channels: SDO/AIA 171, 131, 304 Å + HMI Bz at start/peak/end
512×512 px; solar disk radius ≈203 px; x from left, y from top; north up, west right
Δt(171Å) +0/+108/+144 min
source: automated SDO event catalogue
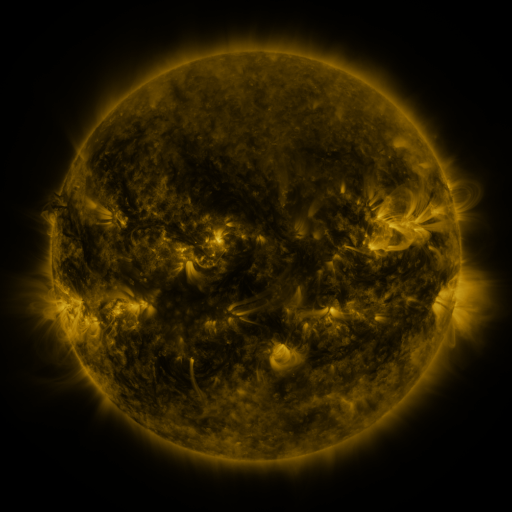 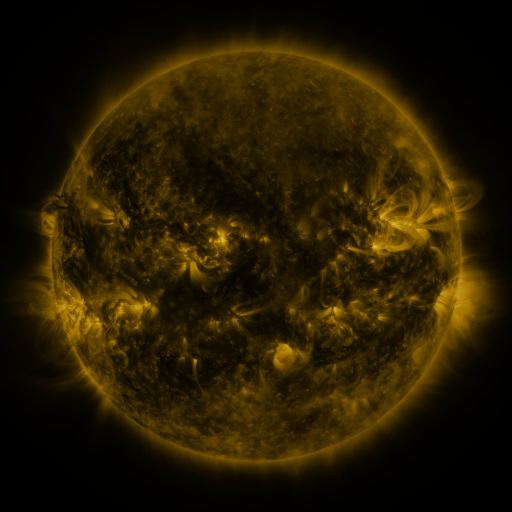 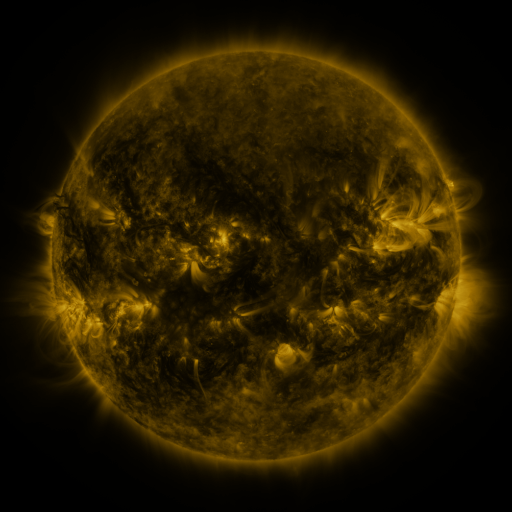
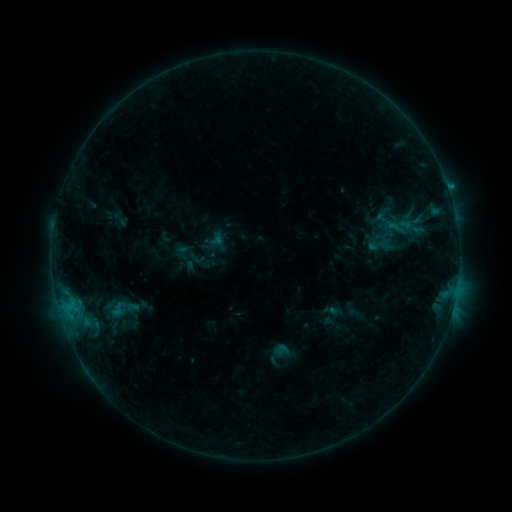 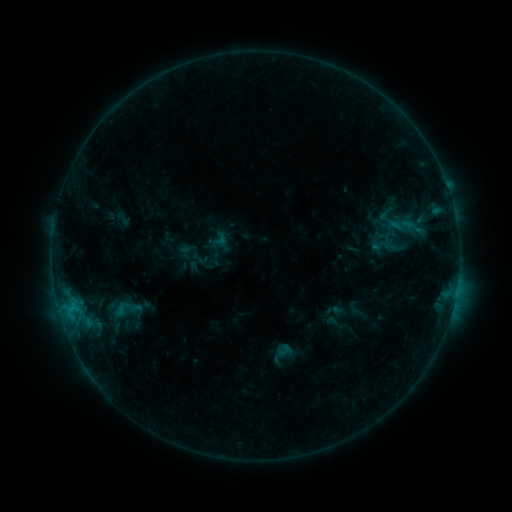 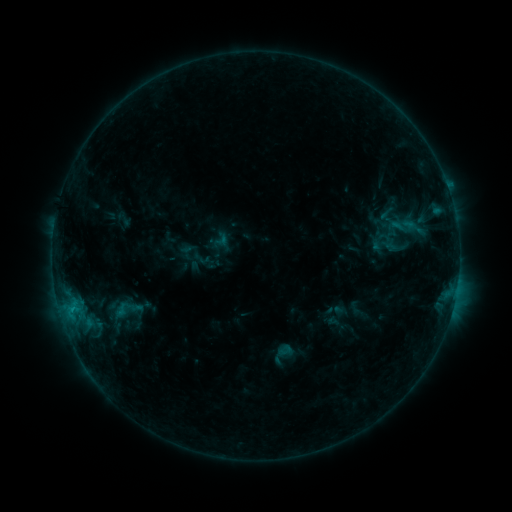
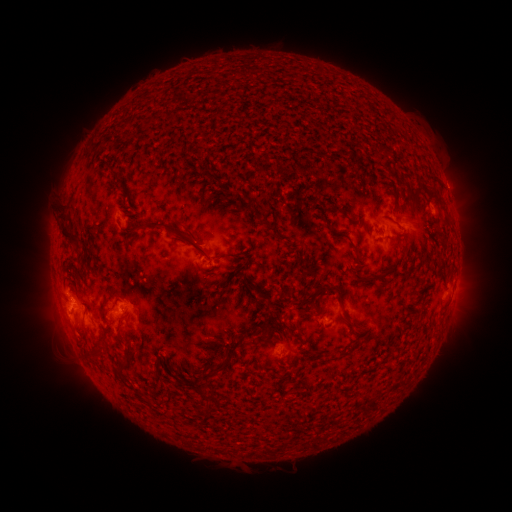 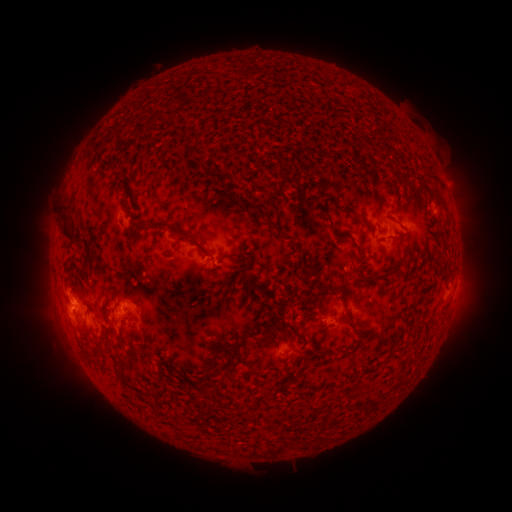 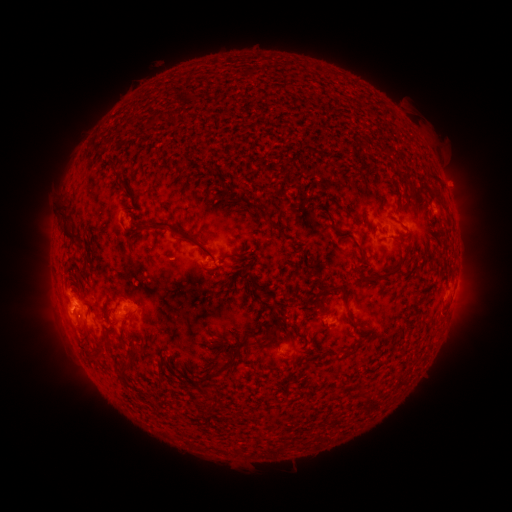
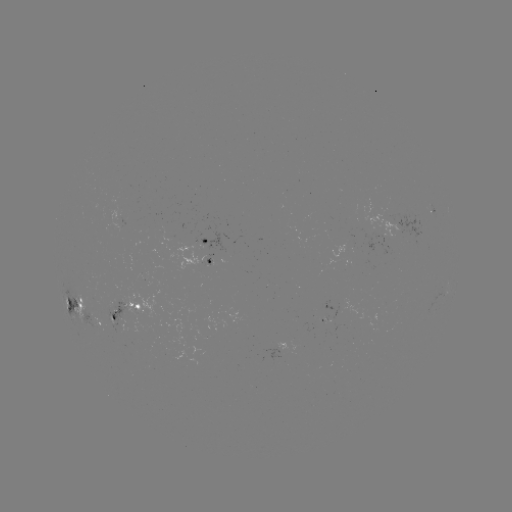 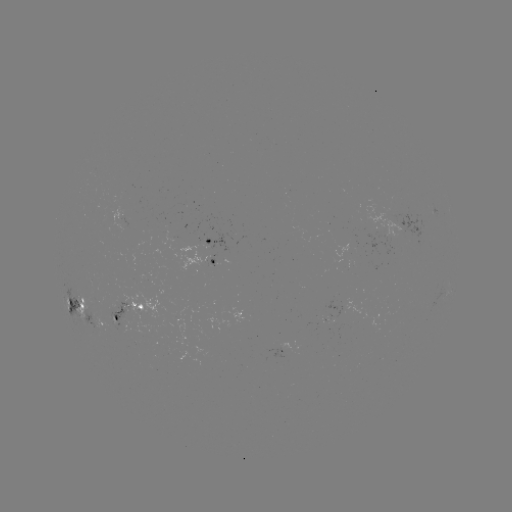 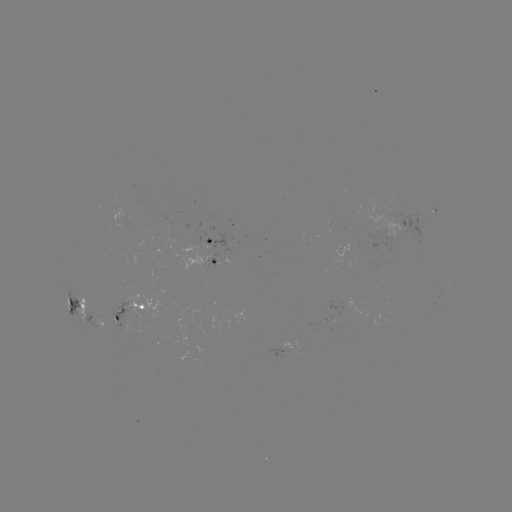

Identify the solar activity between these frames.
emerging-flux region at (216, 263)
